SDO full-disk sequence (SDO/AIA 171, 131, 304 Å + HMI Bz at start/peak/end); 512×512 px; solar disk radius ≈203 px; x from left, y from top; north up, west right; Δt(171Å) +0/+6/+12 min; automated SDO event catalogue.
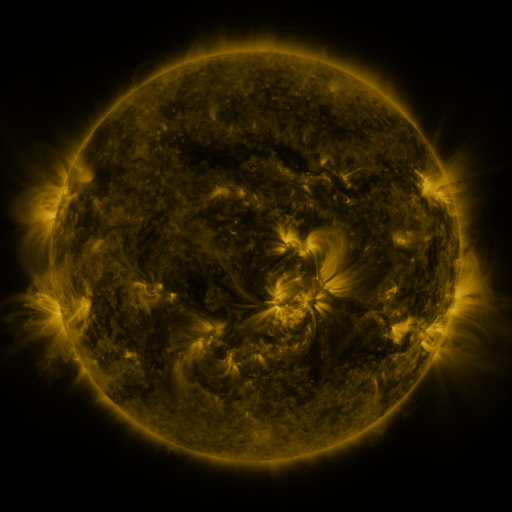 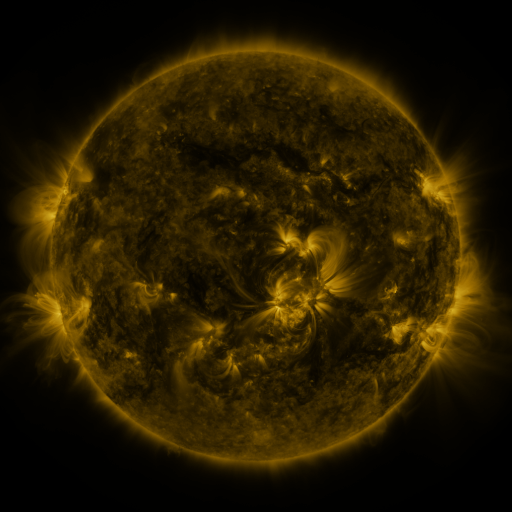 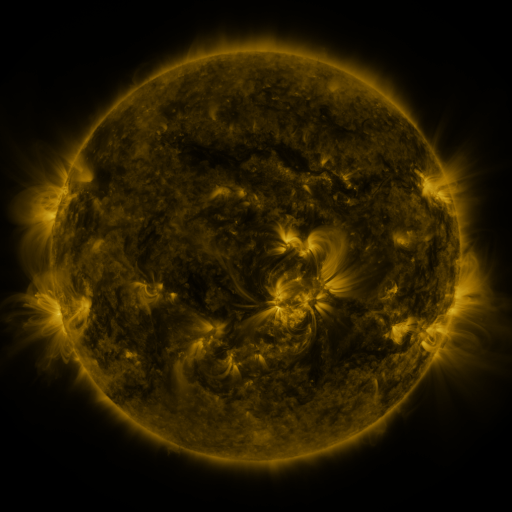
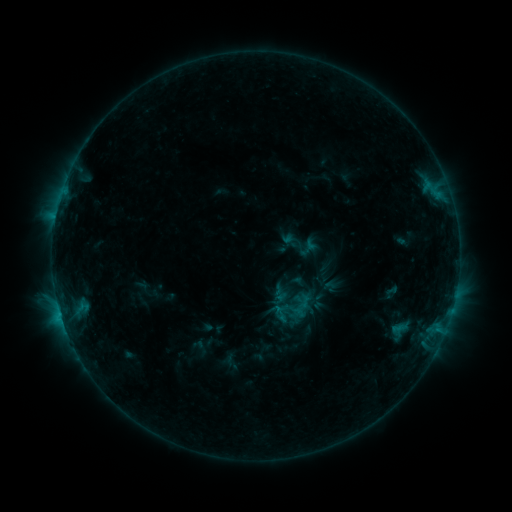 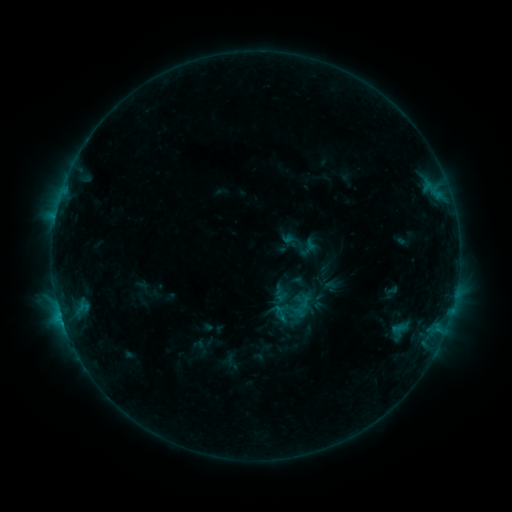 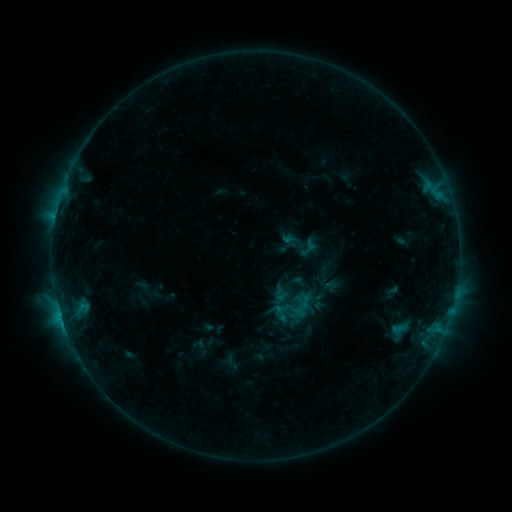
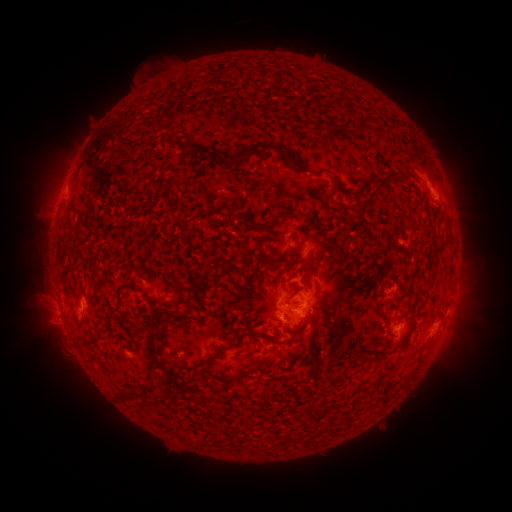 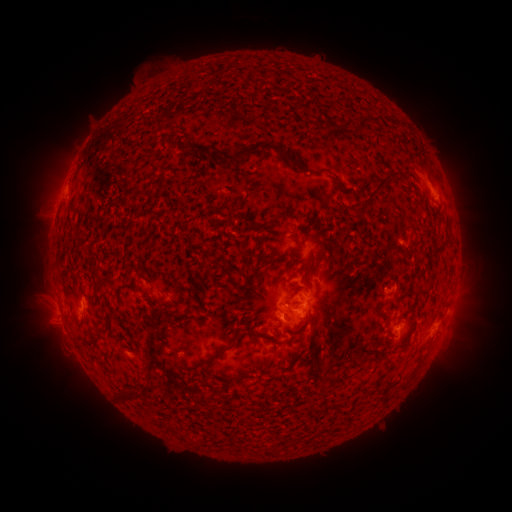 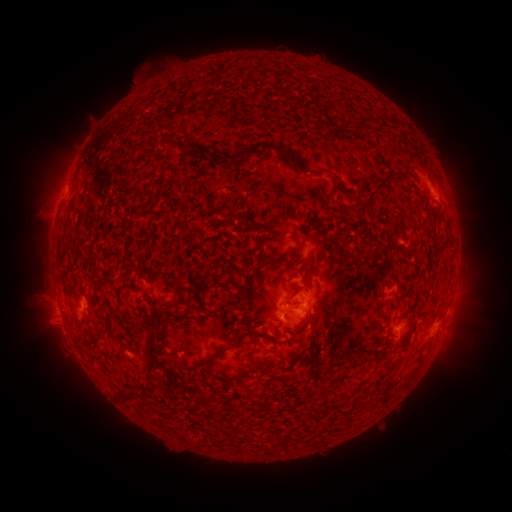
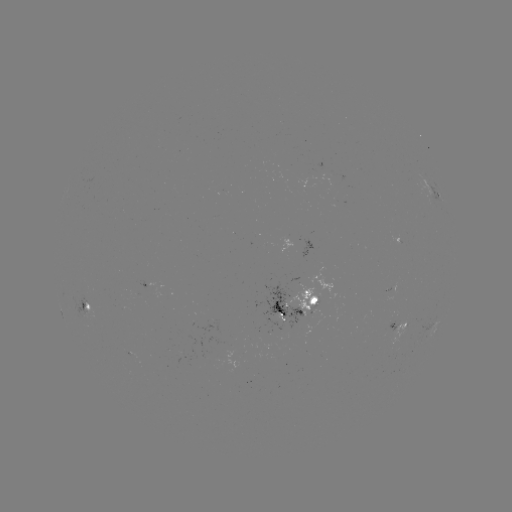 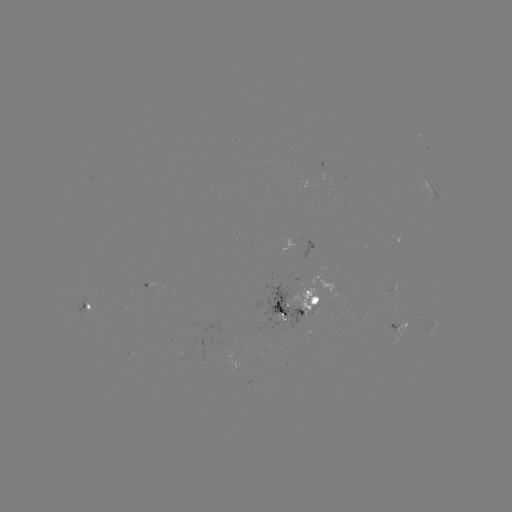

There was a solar flare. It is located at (63, 322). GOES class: C1.3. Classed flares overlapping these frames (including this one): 1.